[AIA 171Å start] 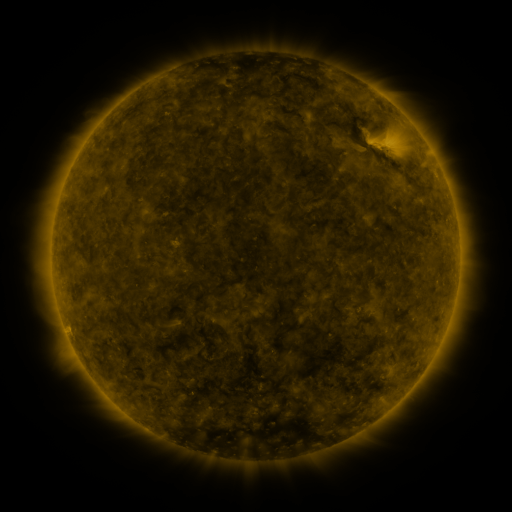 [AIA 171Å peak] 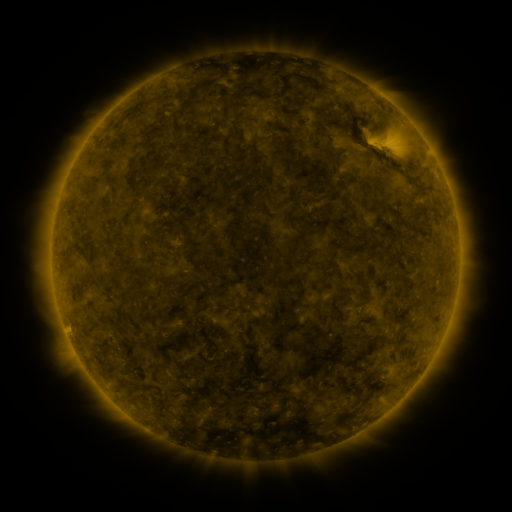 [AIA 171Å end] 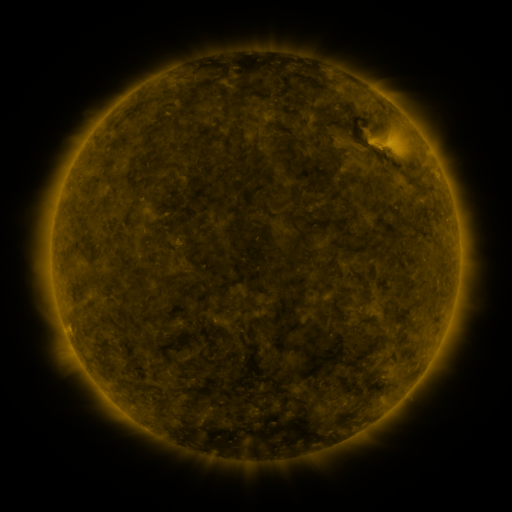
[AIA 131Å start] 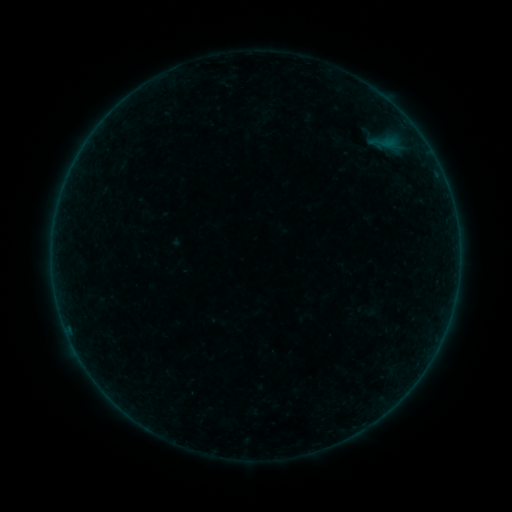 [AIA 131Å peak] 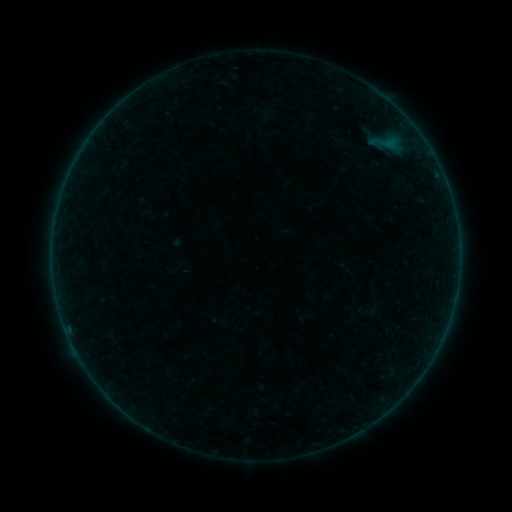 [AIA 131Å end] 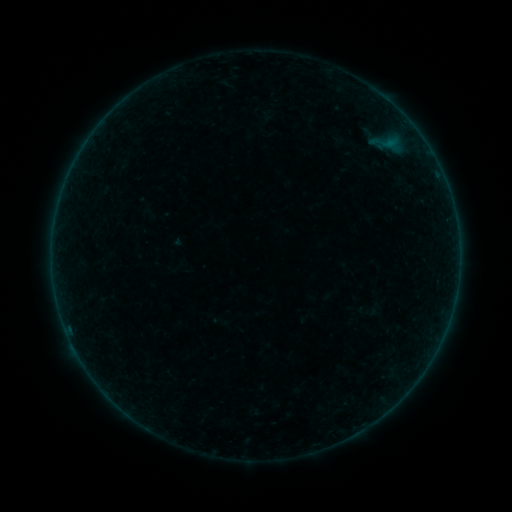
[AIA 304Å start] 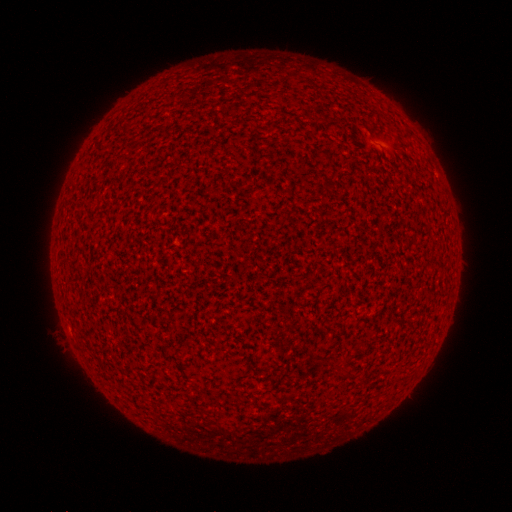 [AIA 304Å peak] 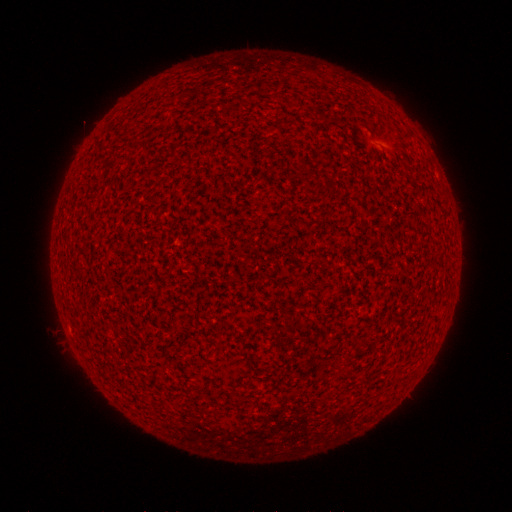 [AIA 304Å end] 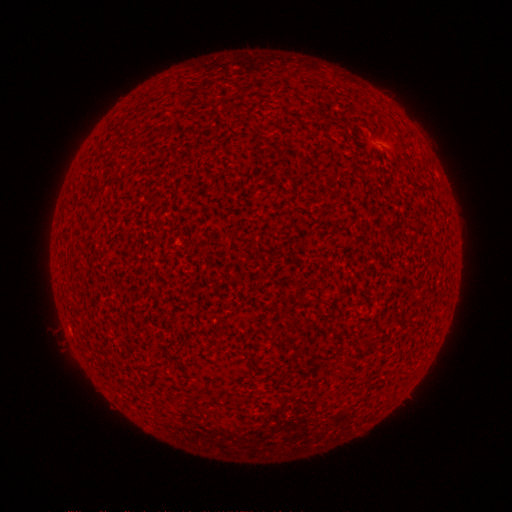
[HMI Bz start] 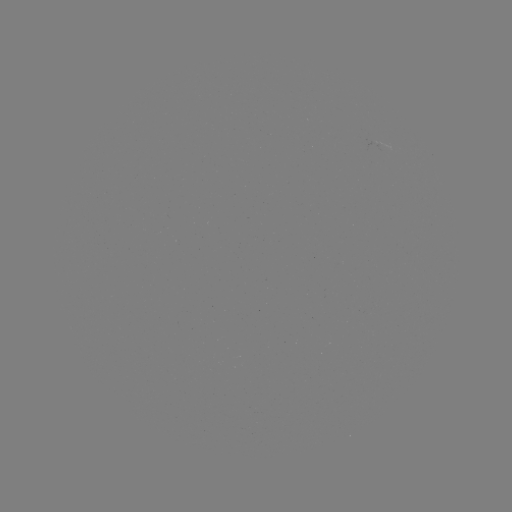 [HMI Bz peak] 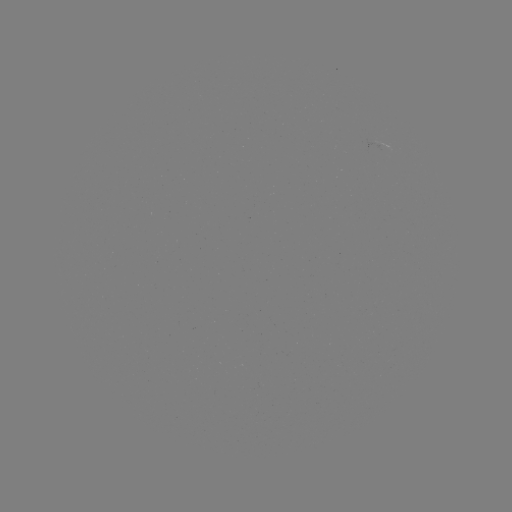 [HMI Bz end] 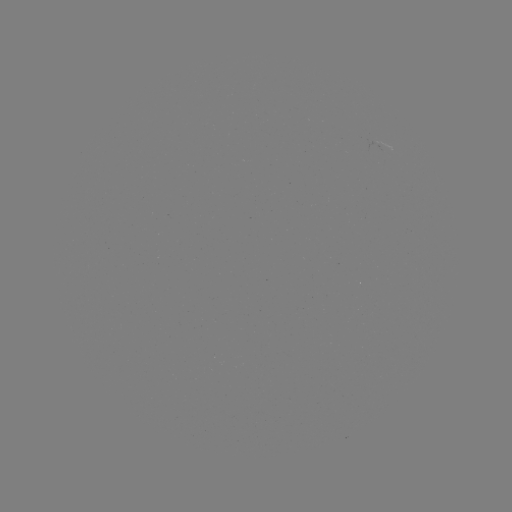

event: flare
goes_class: A2.6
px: (68, 329)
